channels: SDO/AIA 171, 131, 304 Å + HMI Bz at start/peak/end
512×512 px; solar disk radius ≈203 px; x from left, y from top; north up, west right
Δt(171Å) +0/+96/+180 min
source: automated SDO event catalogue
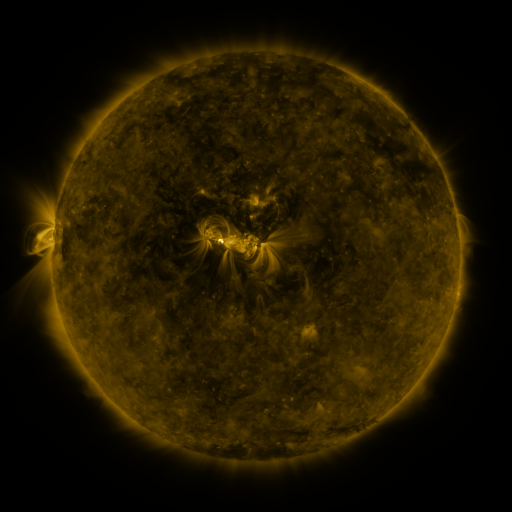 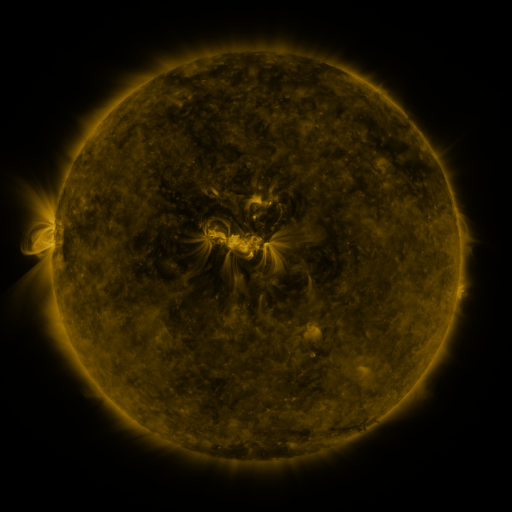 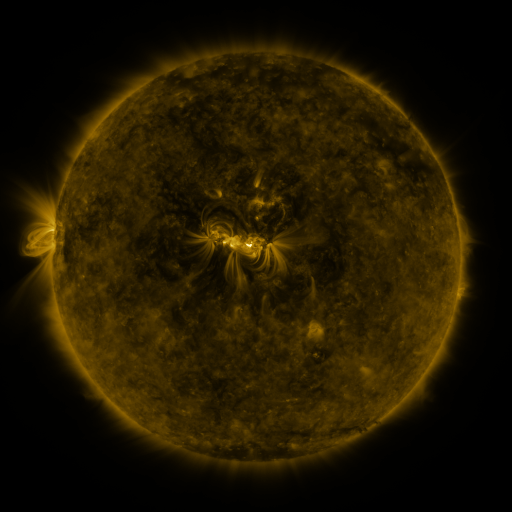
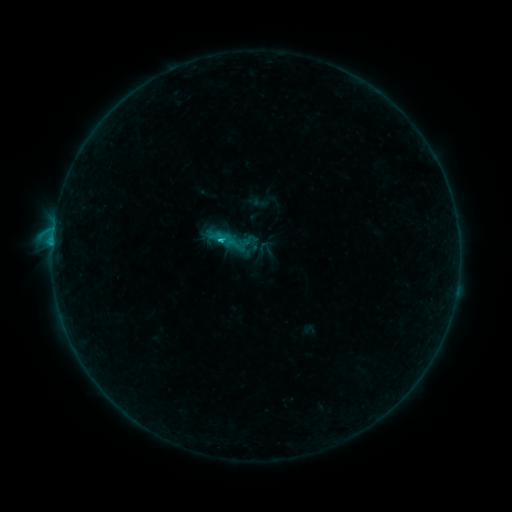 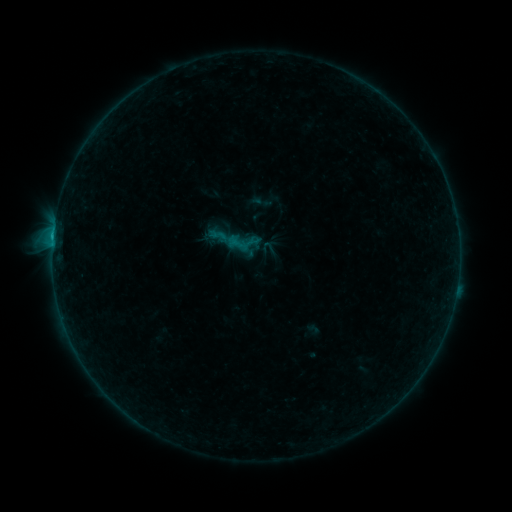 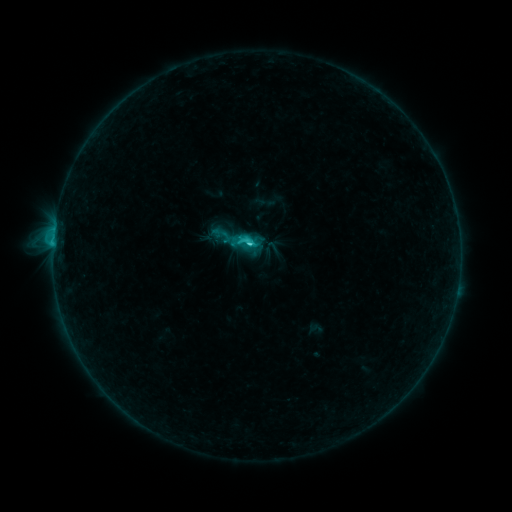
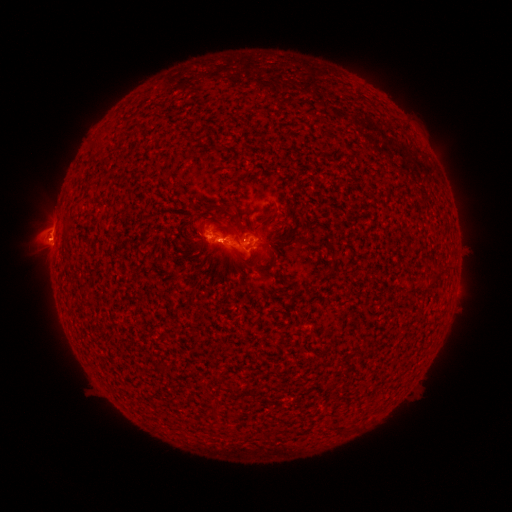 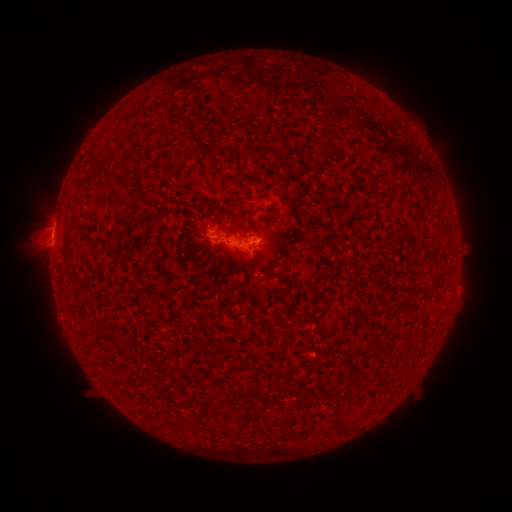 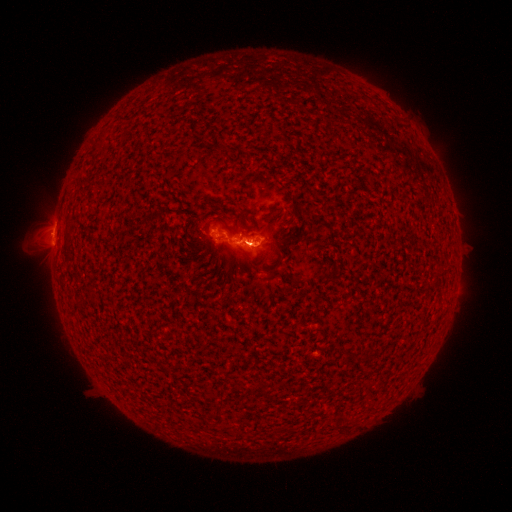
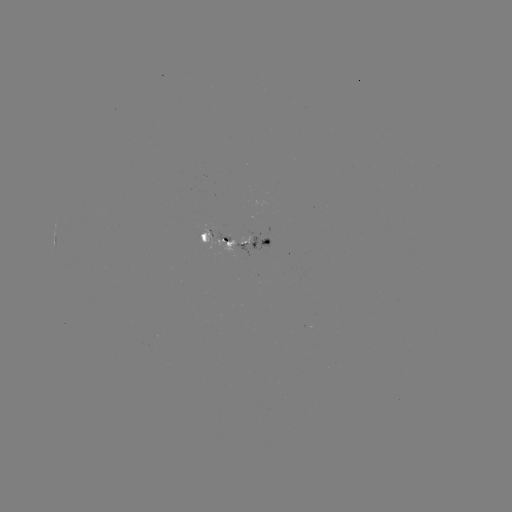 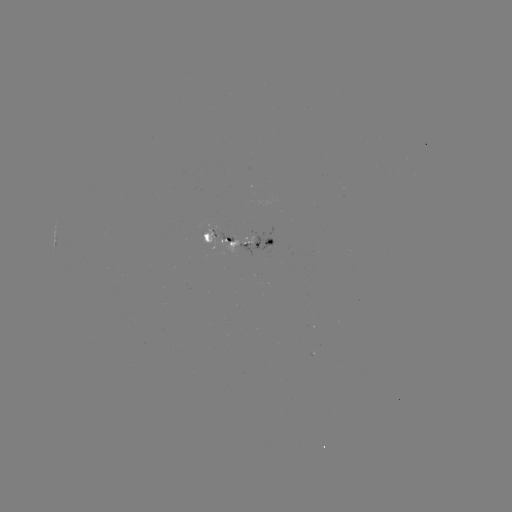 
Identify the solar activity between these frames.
emerging-flux region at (248, 237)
